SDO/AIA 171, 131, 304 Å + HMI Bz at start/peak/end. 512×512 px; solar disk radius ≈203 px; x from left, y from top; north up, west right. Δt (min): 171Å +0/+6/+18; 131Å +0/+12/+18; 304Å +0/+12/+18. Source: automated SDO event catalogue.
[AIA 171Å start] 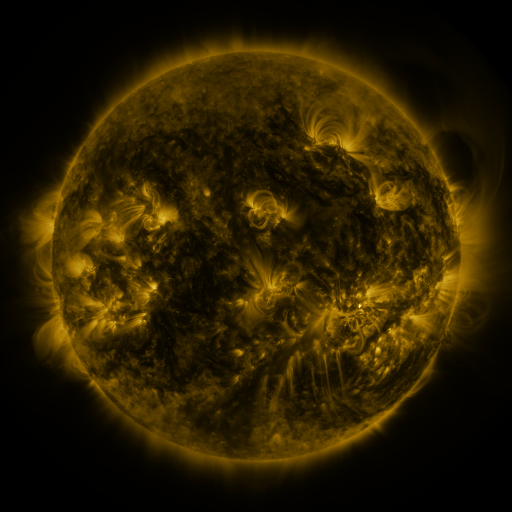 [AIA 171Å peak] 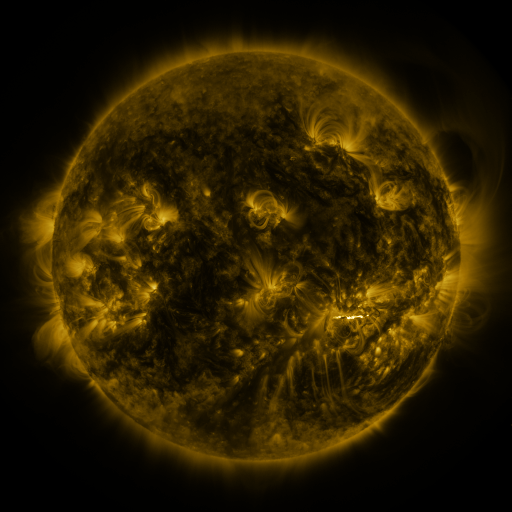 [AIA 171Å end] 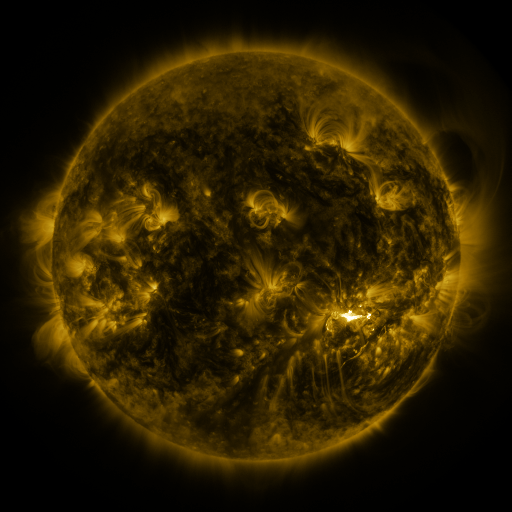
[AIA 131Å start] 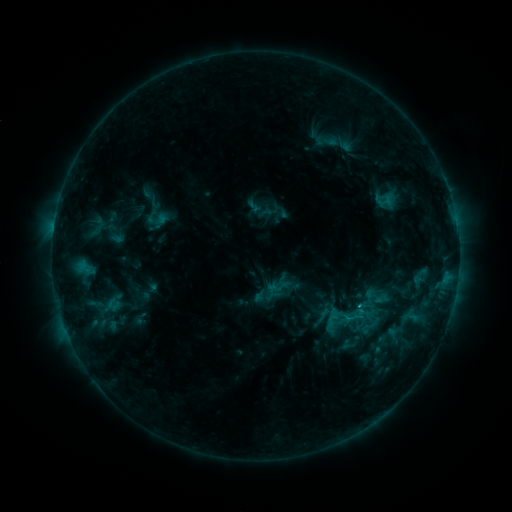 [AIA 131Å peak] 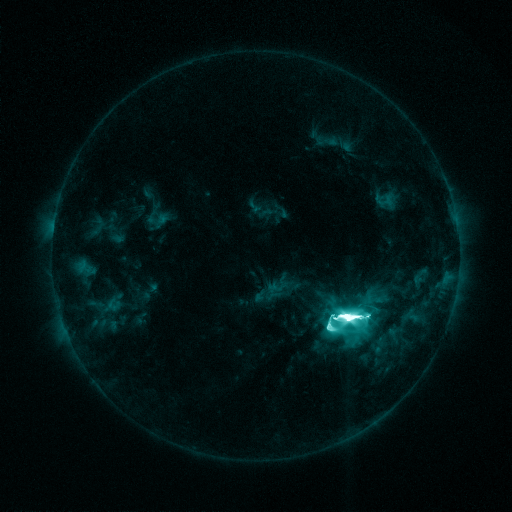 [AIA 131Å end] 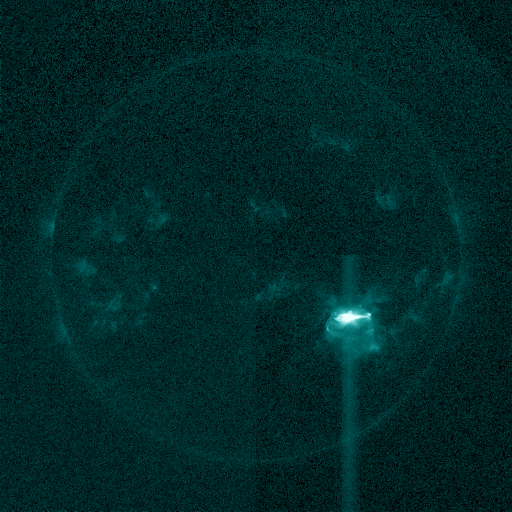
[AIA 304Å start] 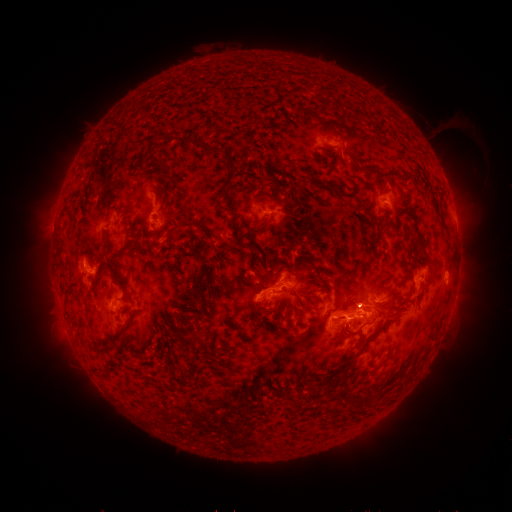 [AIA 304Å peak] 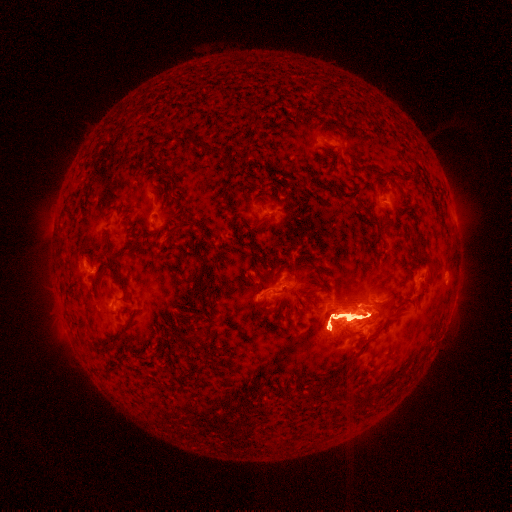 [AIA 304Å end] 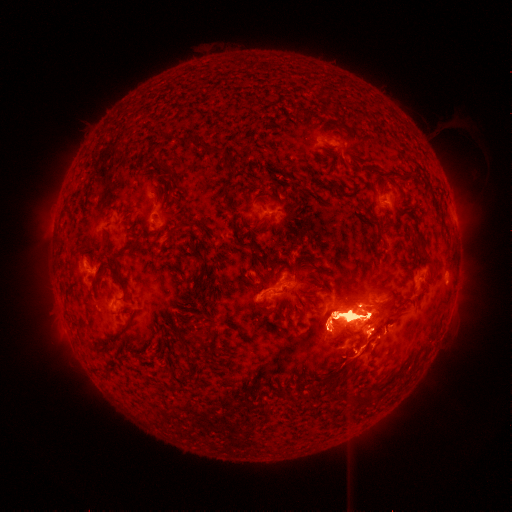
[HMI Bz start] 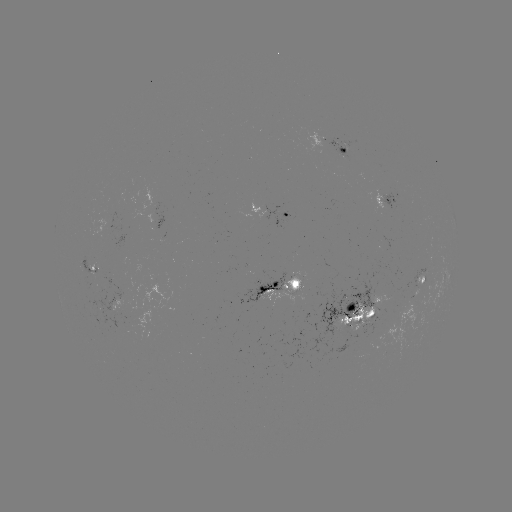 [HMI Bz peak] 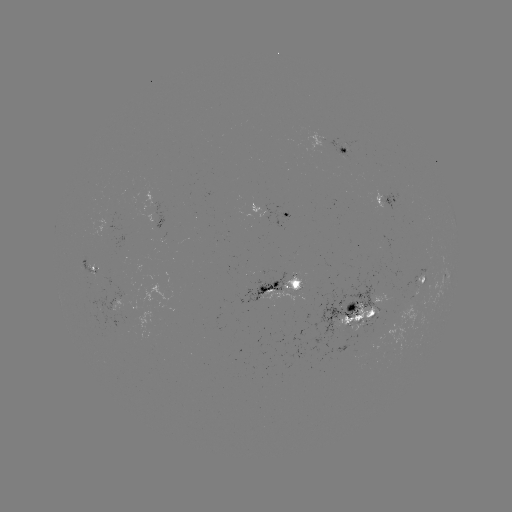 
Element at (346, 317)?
X1.8 flare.